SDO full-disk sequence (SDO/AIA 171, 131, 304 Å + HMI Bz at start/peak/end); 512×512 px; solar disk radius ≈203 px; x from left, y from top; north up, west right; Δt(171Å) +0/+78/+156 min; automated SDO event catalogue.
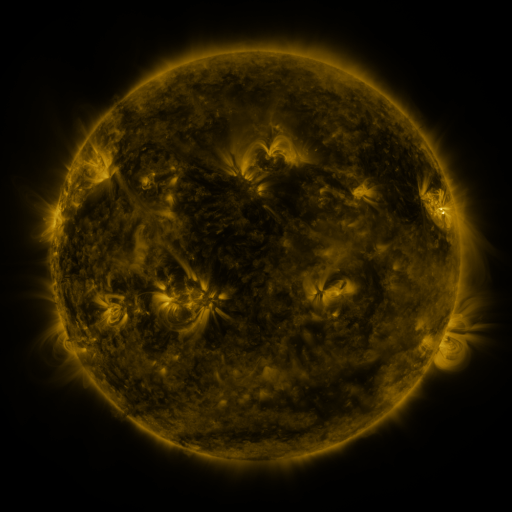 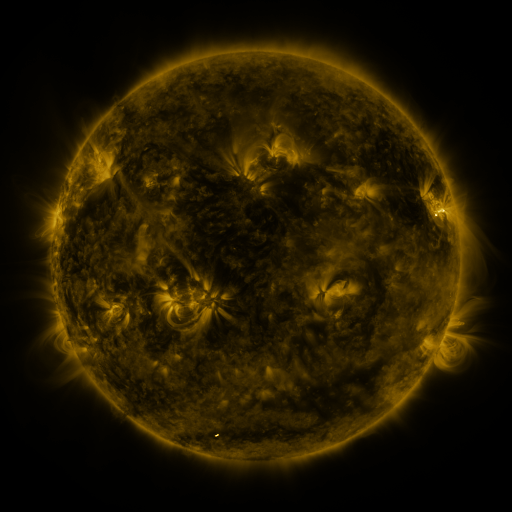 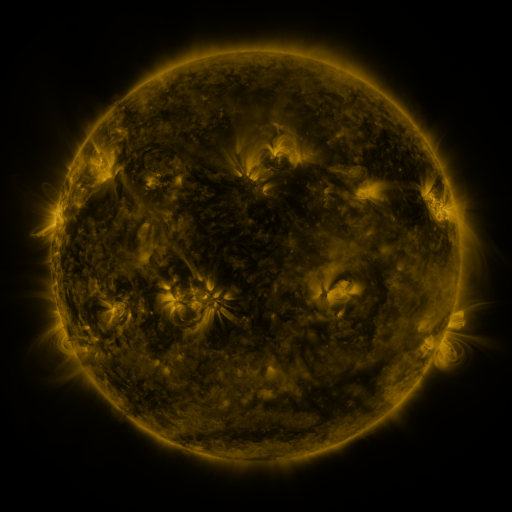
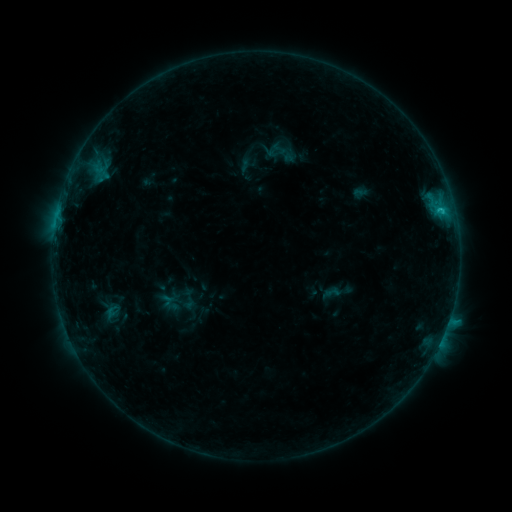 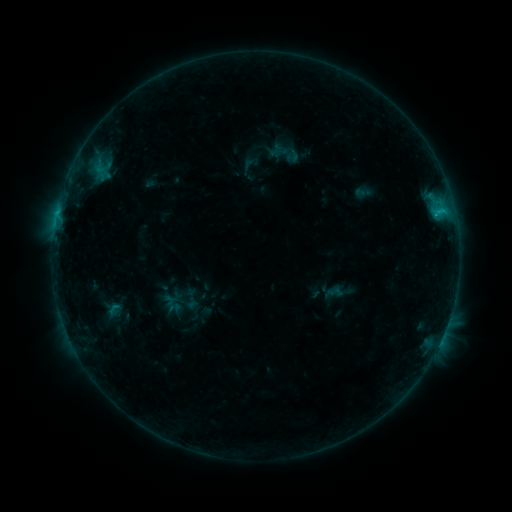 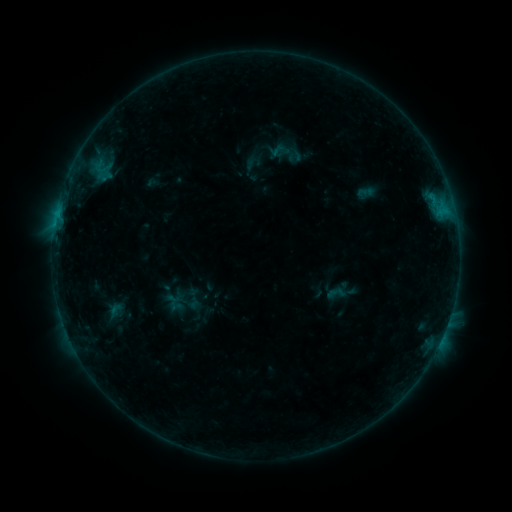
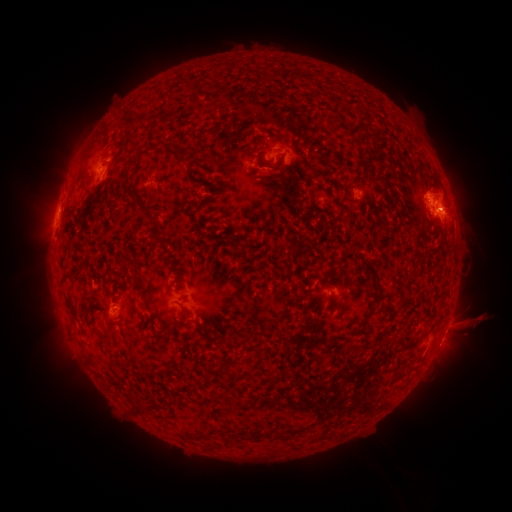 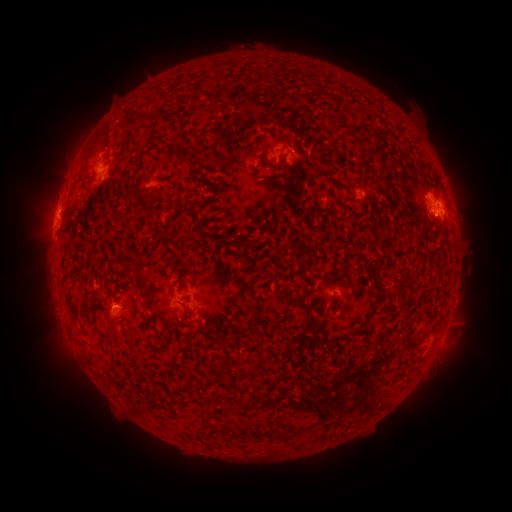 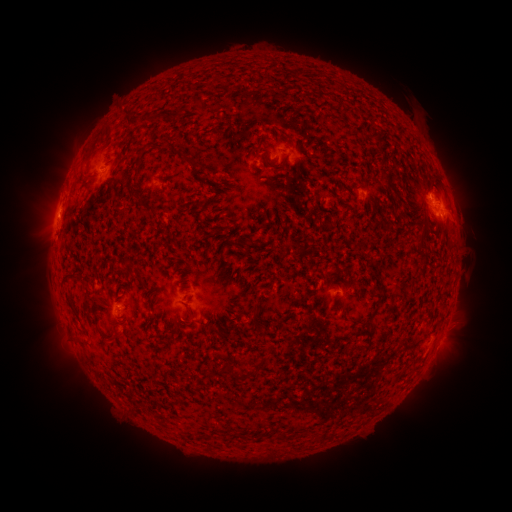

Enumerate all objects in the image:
filament eruption: (461, 333)
